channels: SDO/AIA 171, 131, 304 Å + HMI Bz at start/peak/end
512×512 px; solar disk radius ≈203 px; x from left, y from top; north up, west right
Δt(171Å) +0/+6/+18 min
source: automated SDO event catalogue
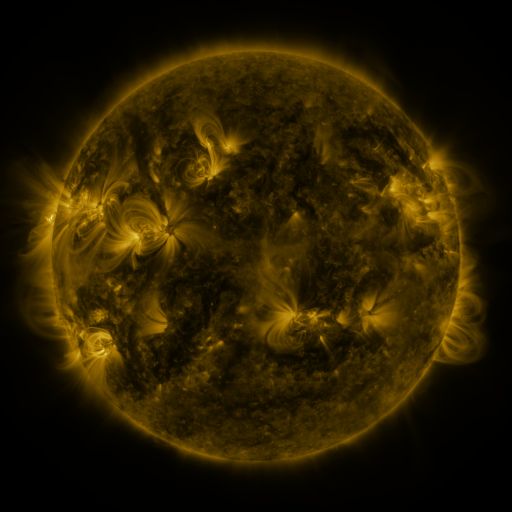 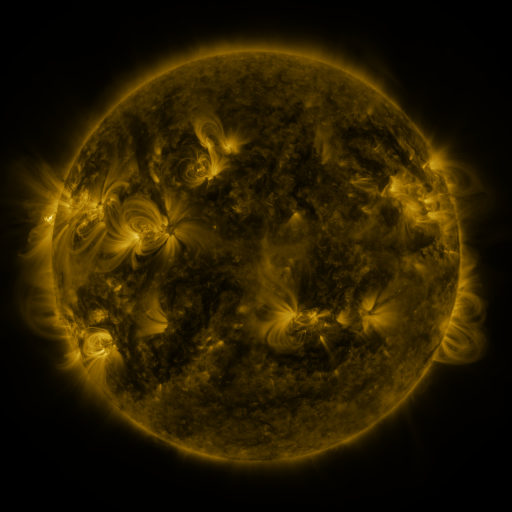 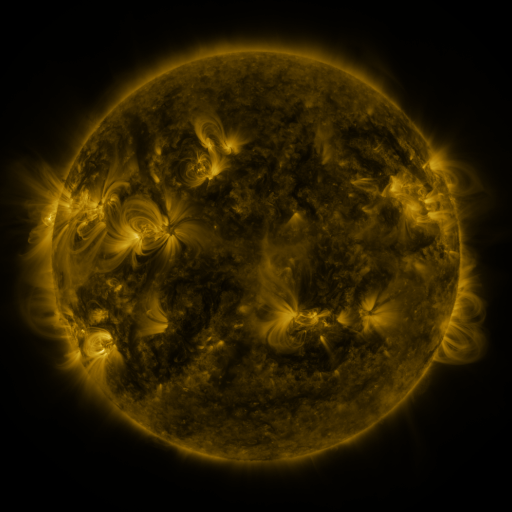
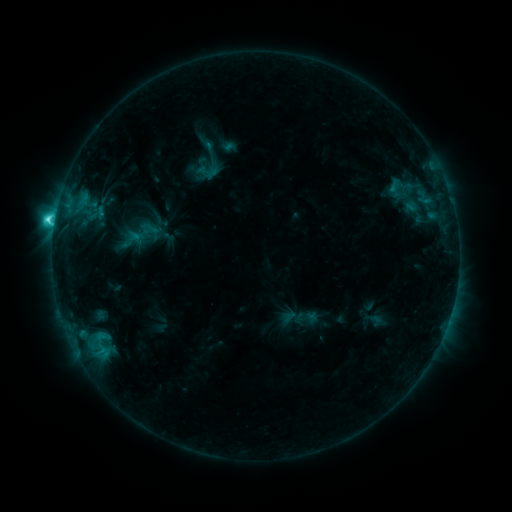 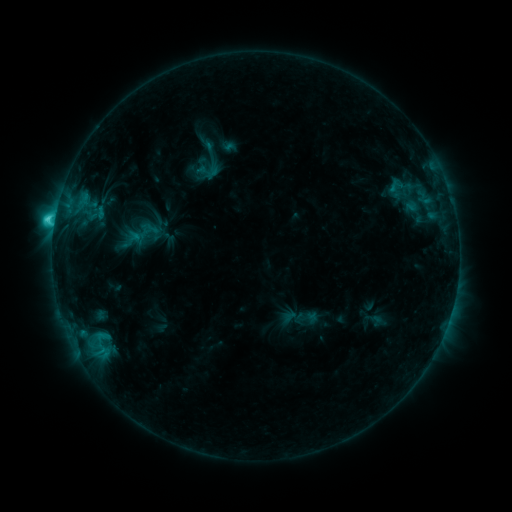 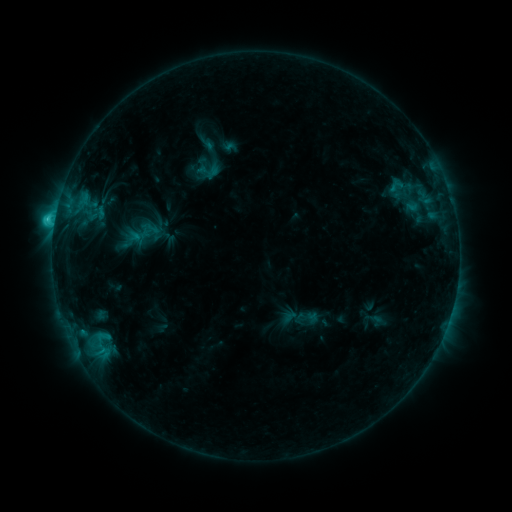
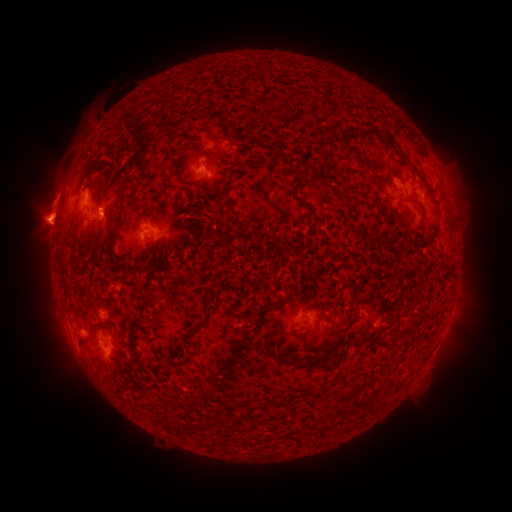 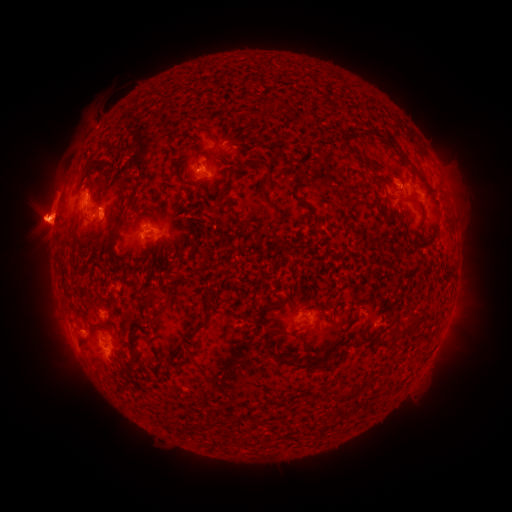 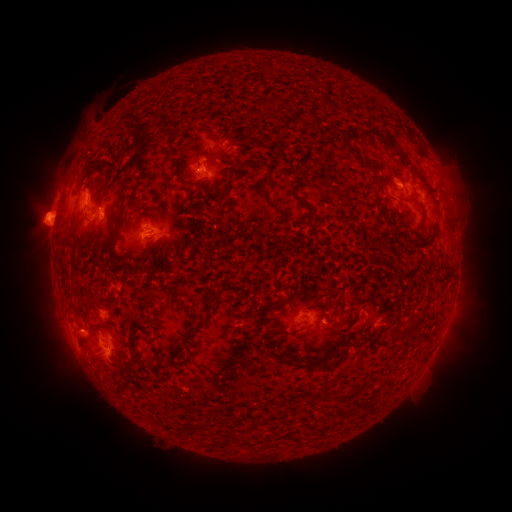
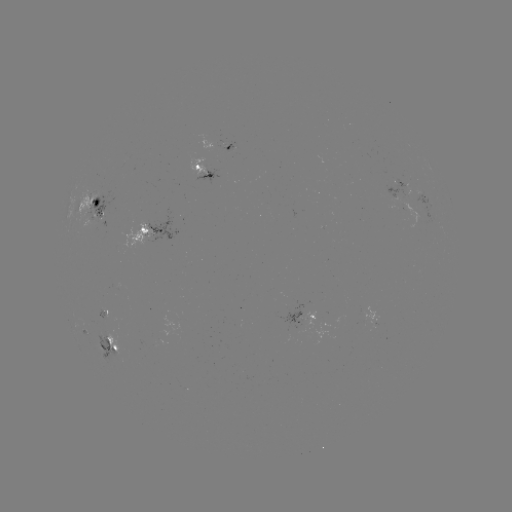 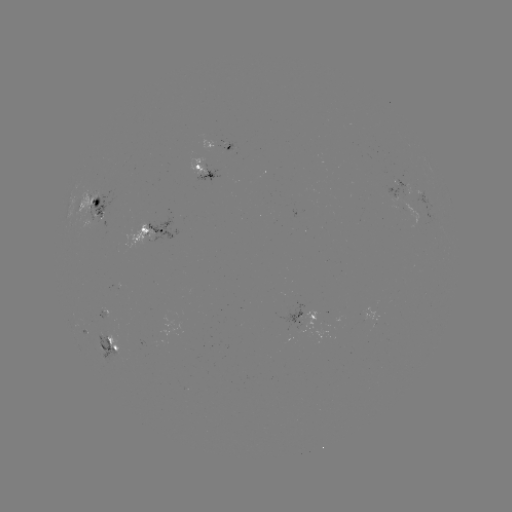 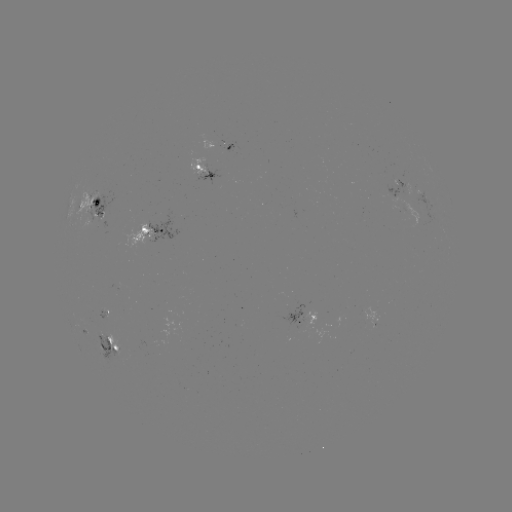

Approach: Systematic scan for eruption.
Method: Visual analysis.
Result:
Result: eruption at (36, 229).